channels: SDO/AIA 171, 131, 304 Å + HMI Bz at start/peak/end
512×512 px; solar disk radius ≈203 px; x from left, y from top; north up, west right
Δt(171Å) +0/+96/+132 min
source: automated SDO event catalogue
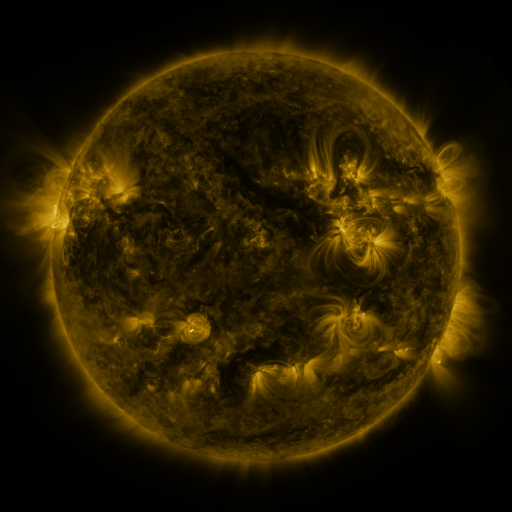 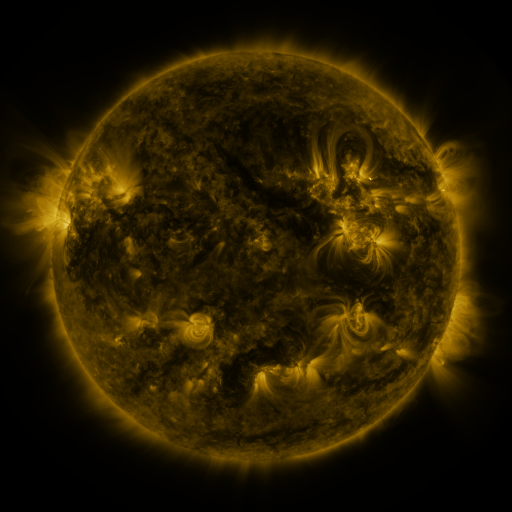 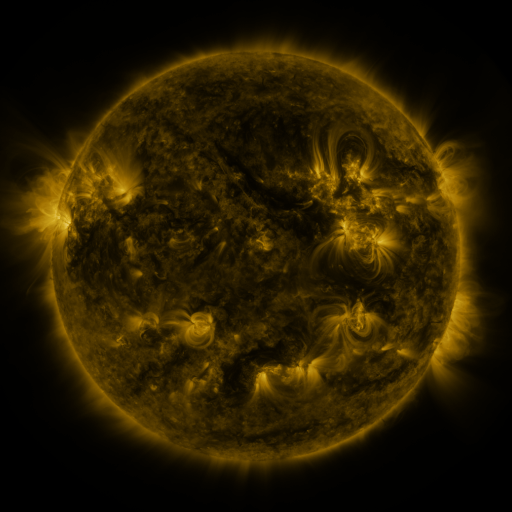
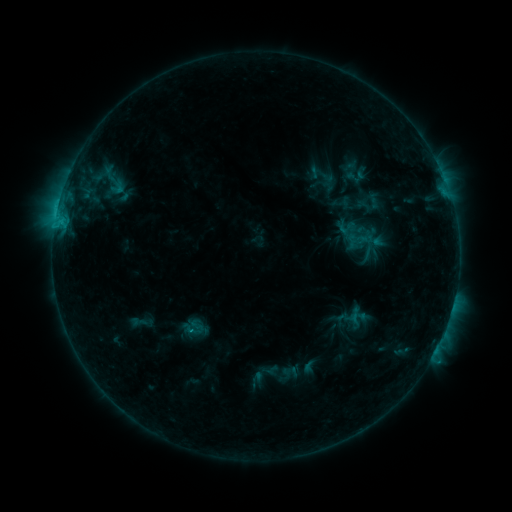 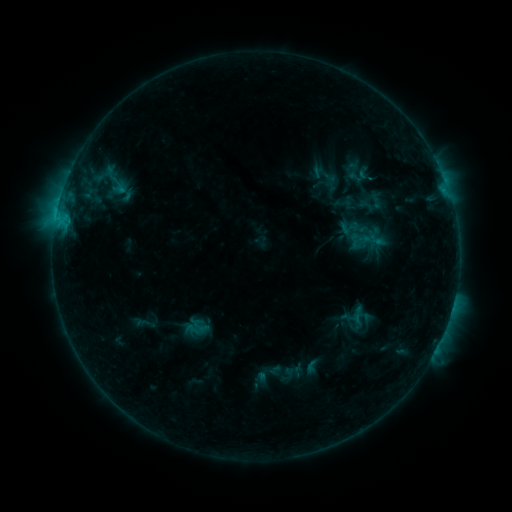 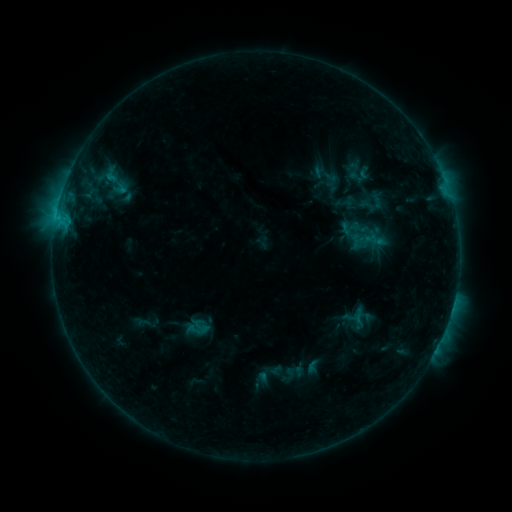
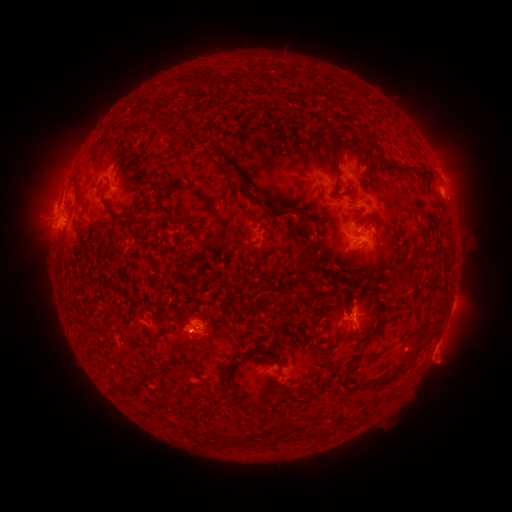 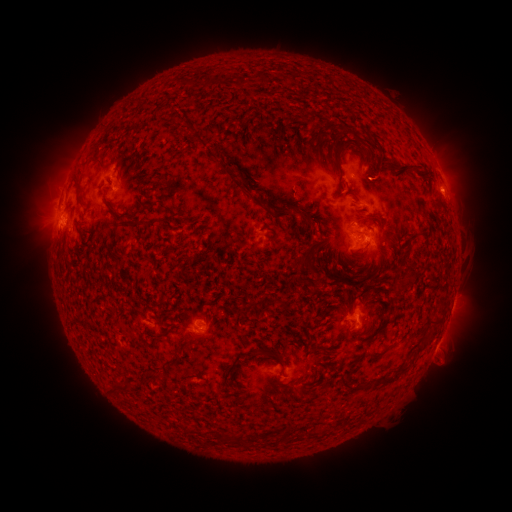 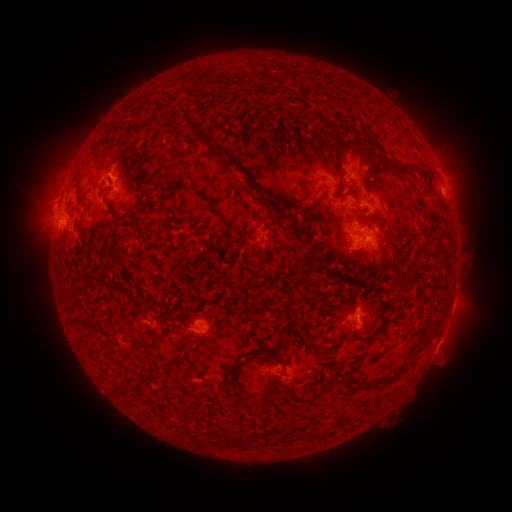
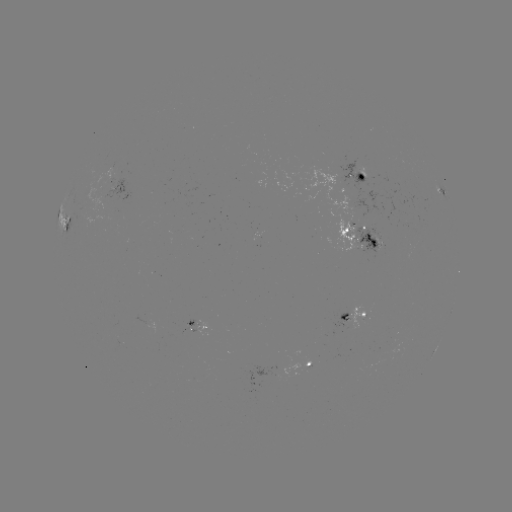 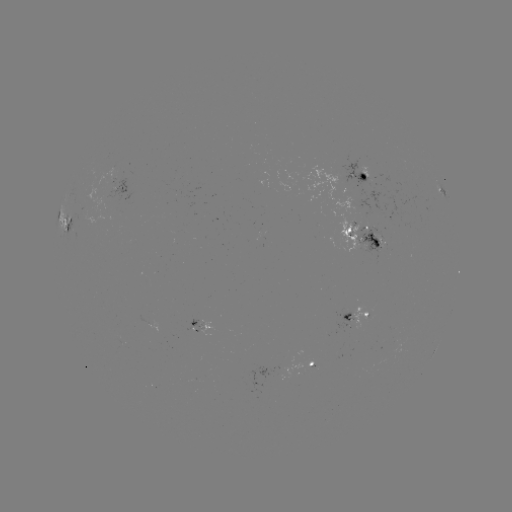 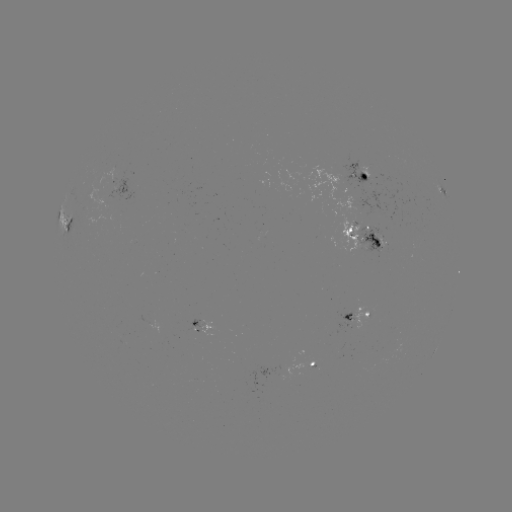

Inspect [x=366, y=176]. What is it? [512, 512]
emerging-flux region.